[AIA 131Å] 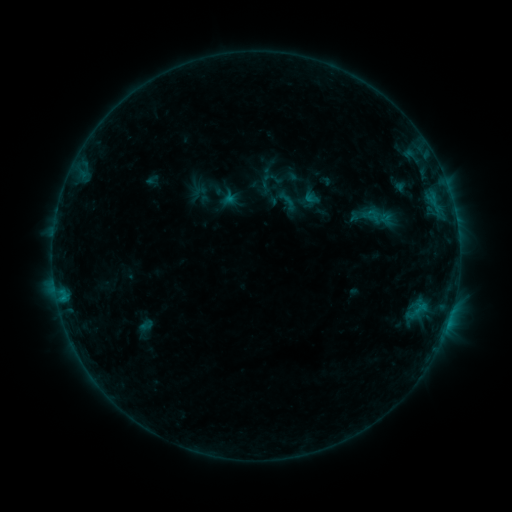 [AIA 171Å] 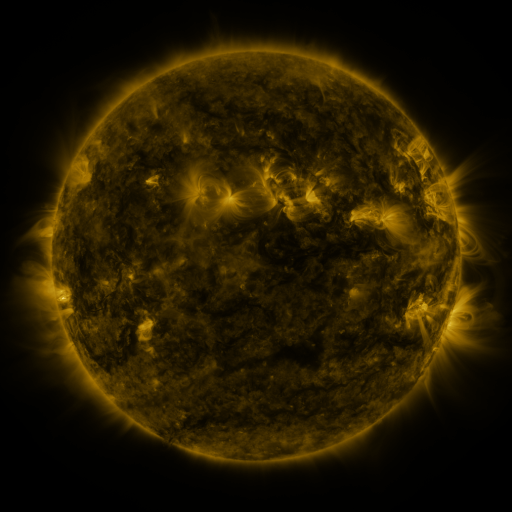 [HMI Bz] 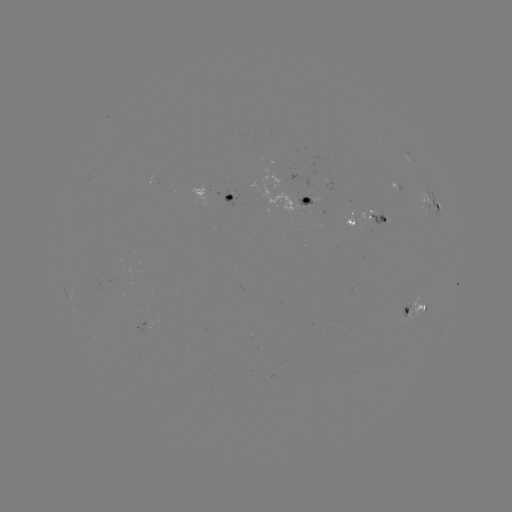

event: sigmoid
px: (287, 201)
